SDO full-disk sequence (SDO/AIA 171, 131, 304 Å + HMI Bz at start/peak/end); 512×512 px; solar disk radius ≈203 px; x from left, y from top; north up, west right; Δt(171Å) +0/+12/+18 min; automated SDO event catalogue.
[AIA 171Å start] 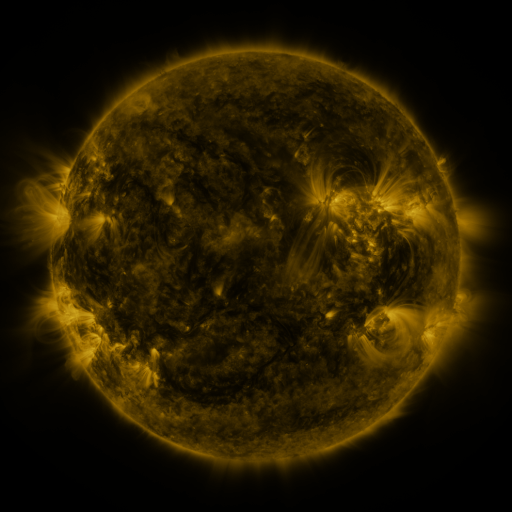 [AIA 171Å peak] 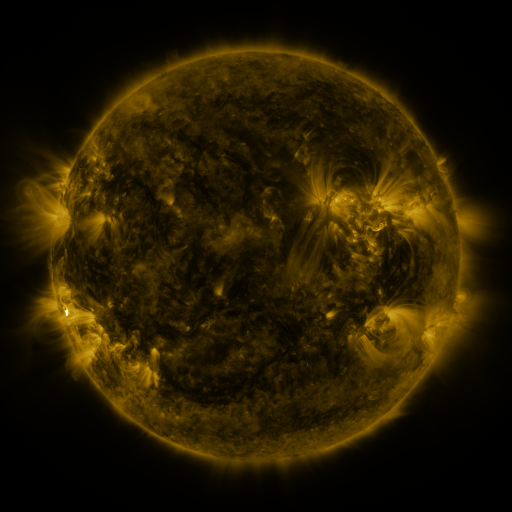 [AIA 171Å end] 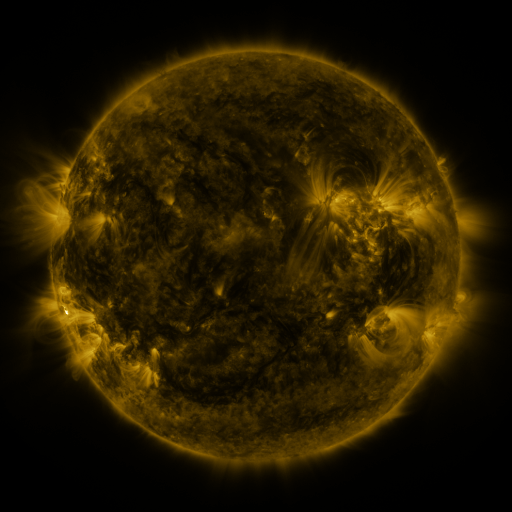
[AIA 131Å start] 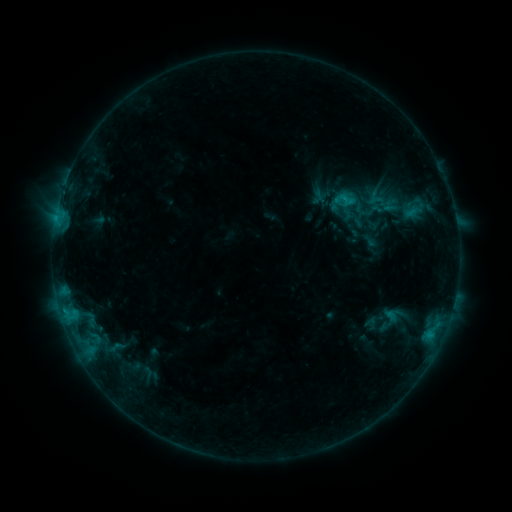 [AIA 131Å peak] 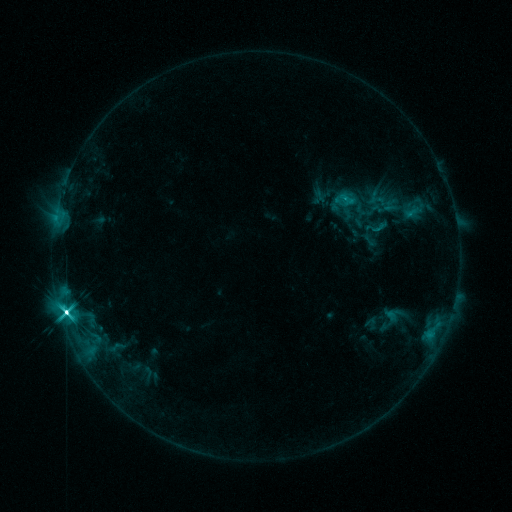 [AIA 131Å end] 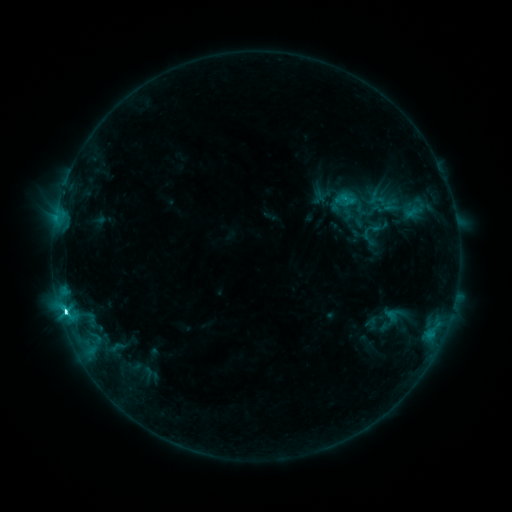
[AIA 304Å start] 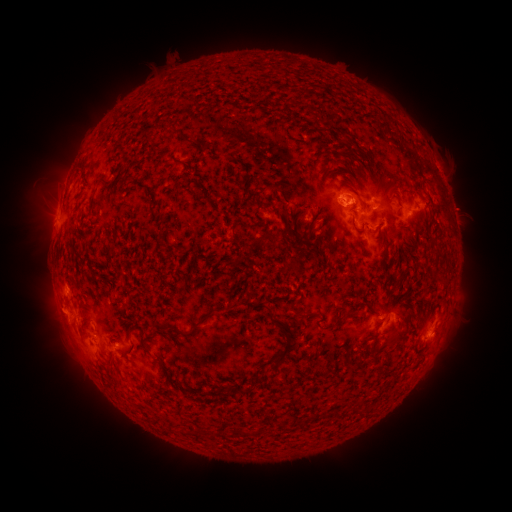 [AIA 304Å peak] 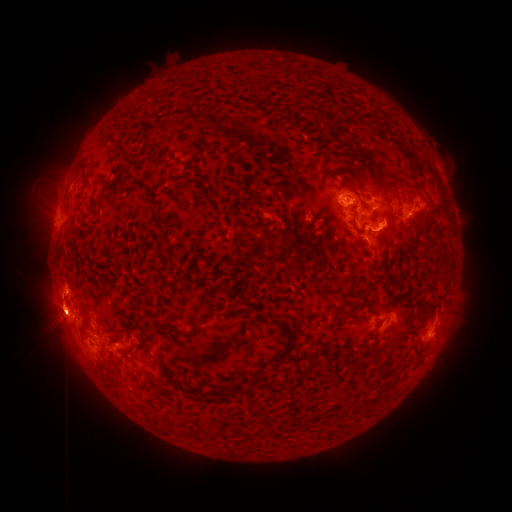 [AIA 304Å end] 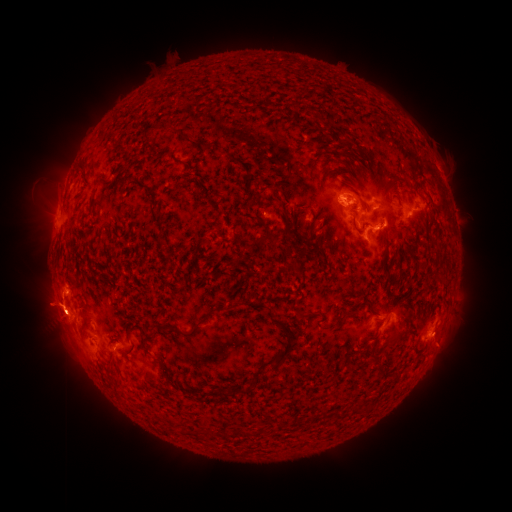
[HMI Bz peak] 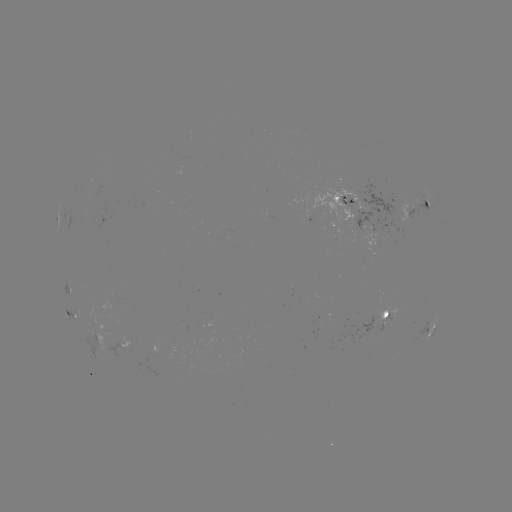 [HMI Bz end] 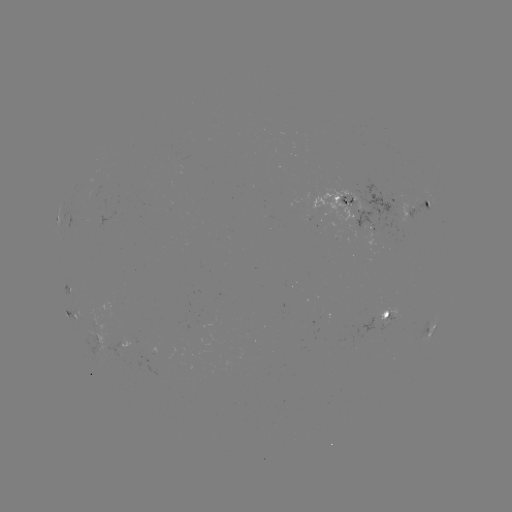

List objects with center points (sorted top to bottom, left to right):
M1.8 flare: (66, 312)
